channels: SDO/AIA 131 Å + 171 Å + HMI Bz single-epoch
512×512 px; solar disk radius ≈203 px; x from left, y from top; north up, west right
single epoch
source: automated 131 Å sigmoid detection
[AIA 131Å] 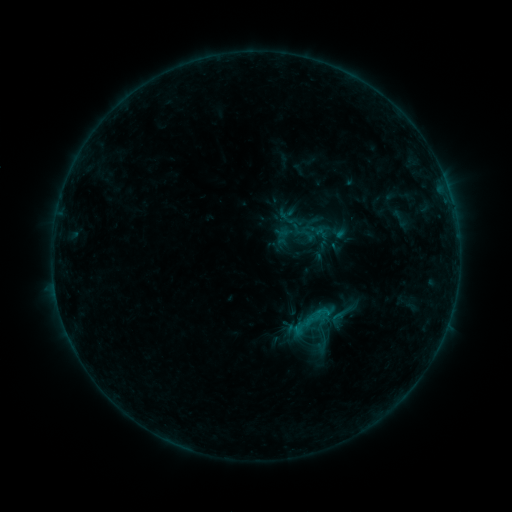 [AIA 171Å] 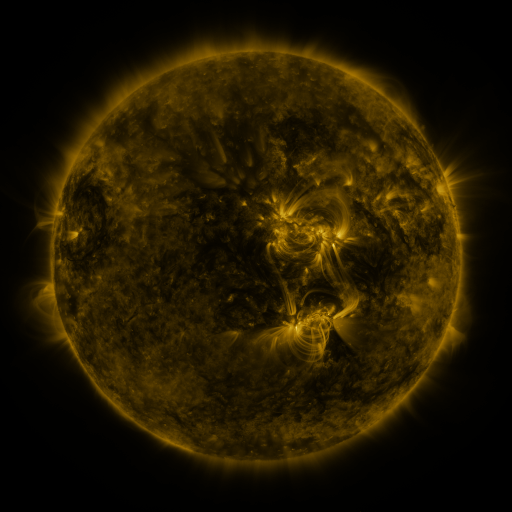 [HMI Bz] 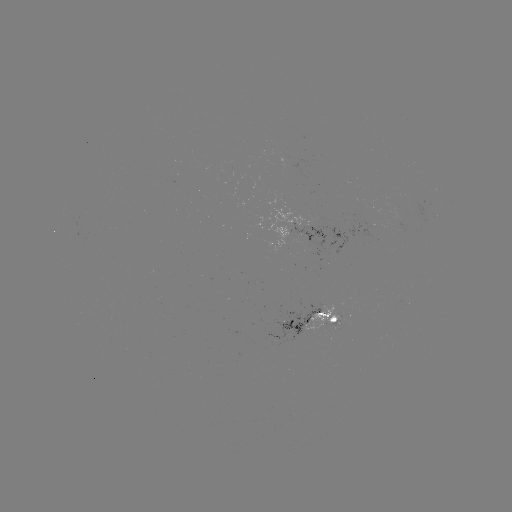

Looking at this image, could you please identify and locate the sigmoid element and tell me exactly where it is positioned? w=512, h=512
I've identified sigmoid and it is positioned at [322, 349].